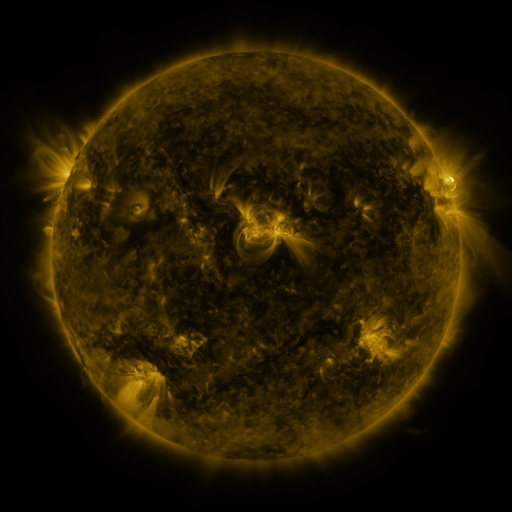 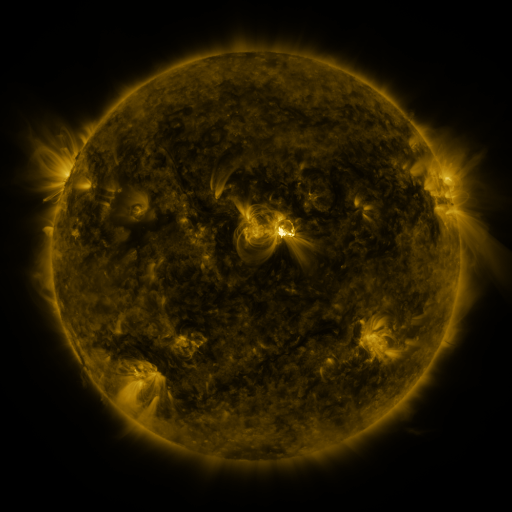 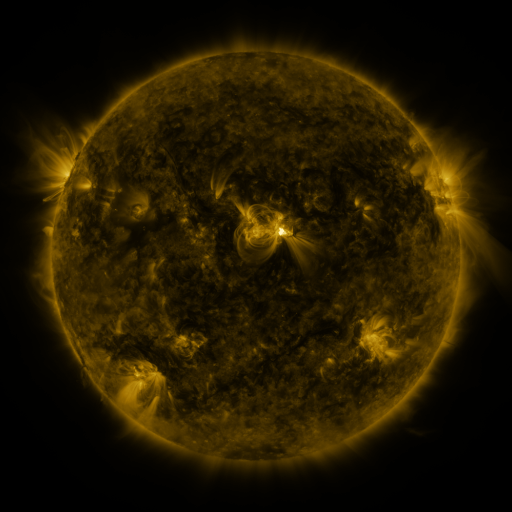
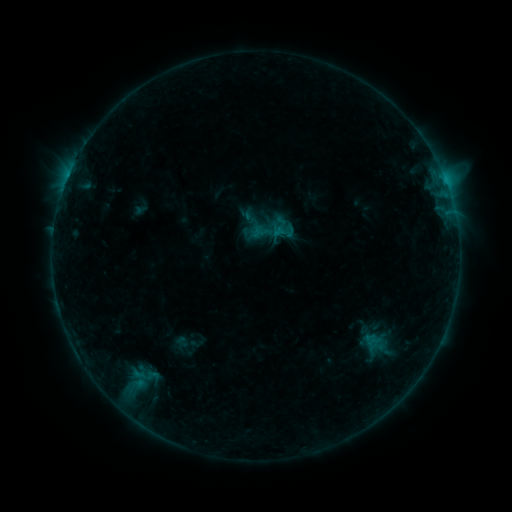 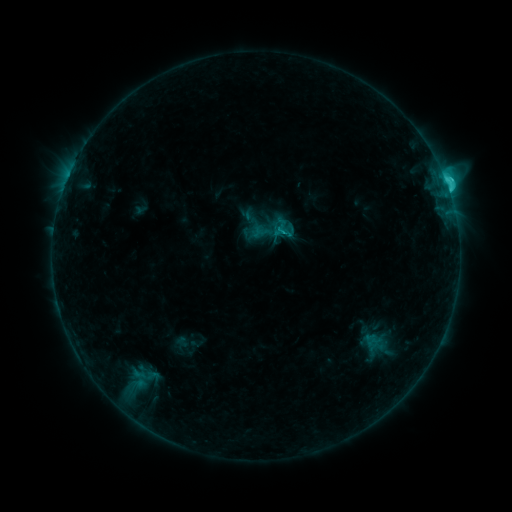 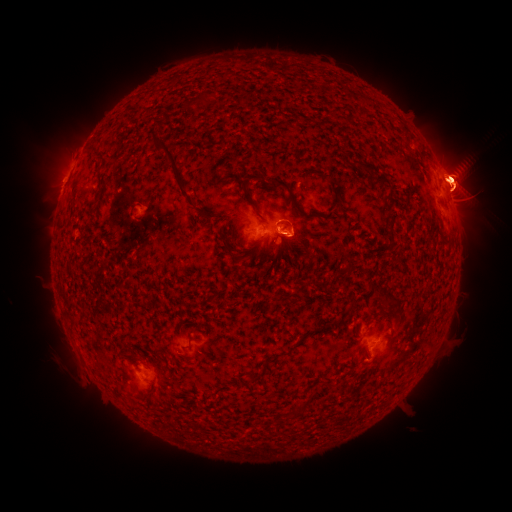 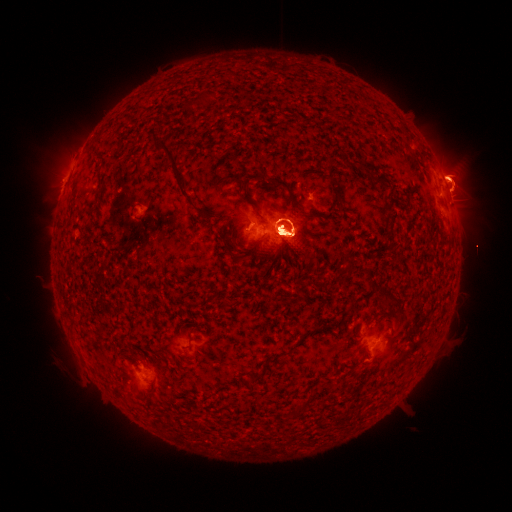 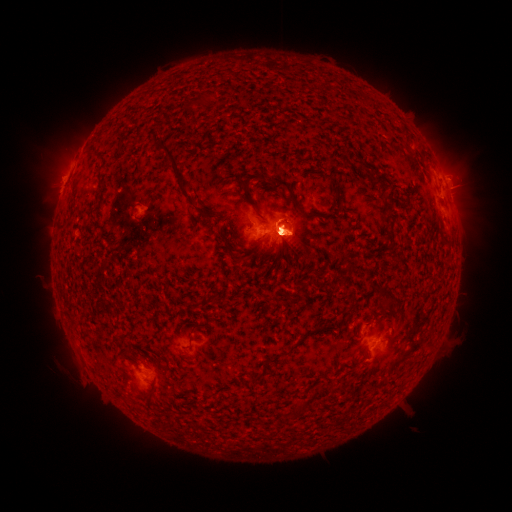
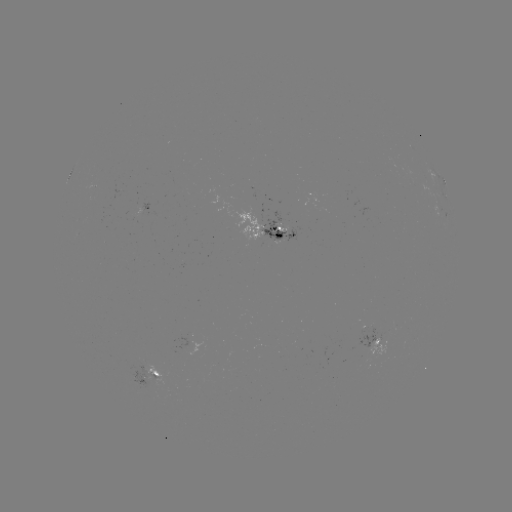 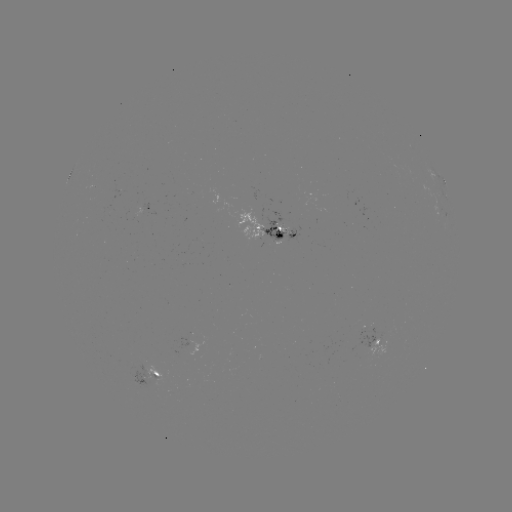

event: eruption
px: (66, 155)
